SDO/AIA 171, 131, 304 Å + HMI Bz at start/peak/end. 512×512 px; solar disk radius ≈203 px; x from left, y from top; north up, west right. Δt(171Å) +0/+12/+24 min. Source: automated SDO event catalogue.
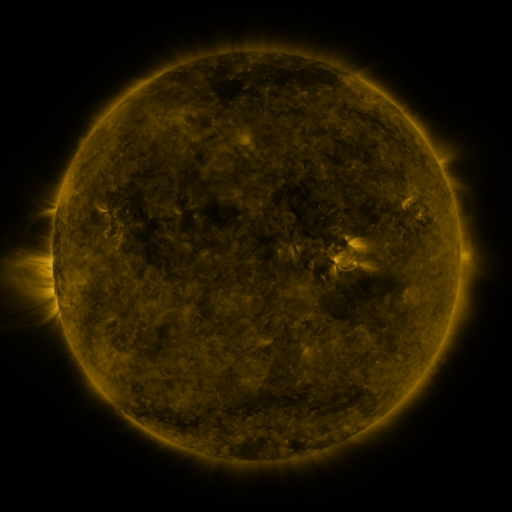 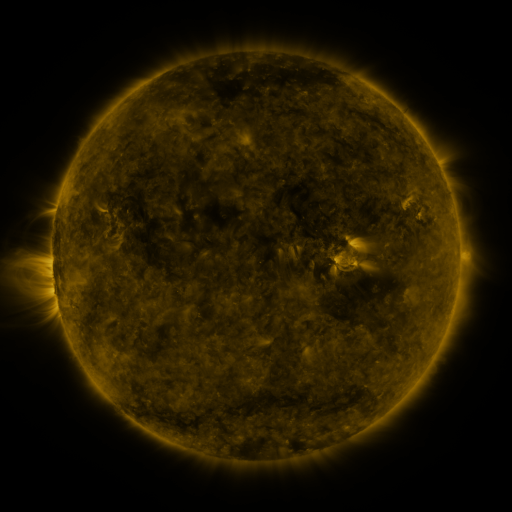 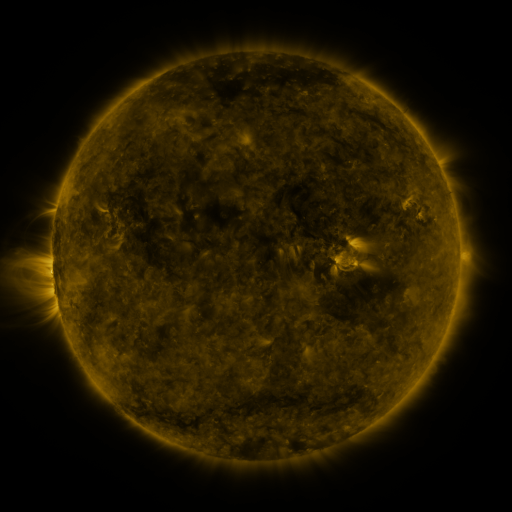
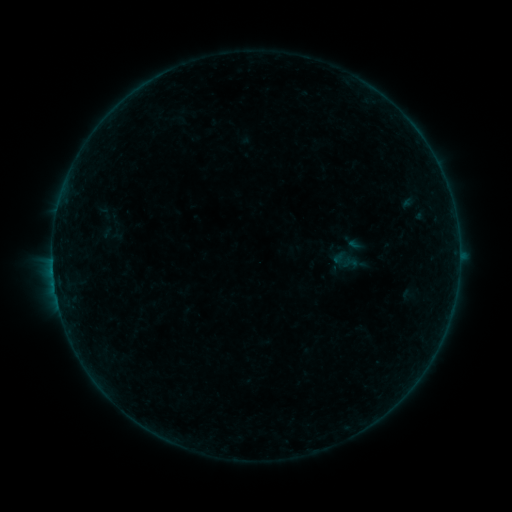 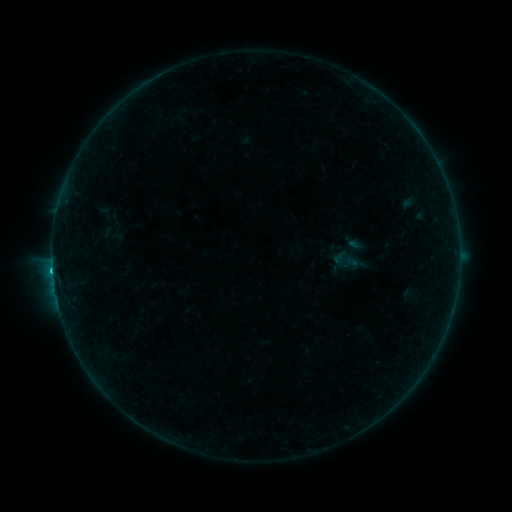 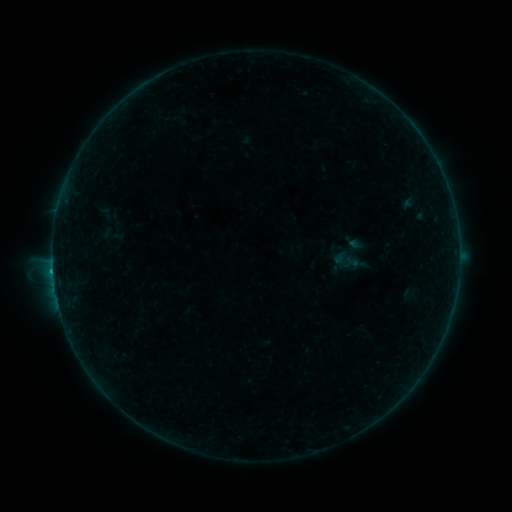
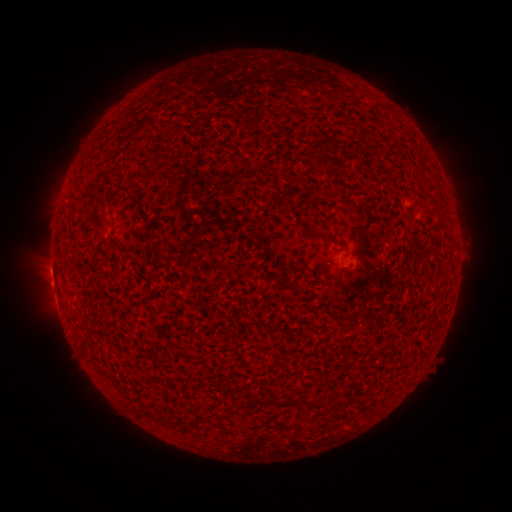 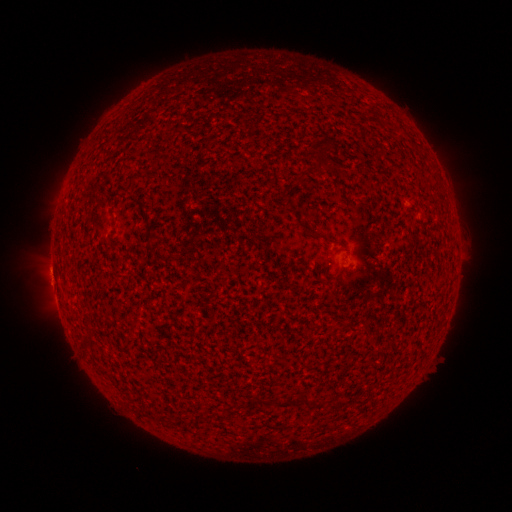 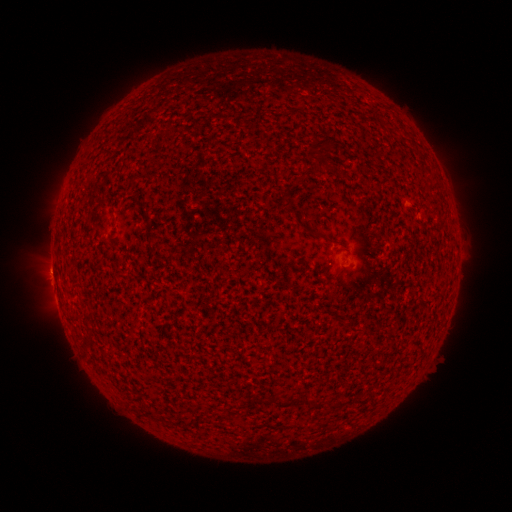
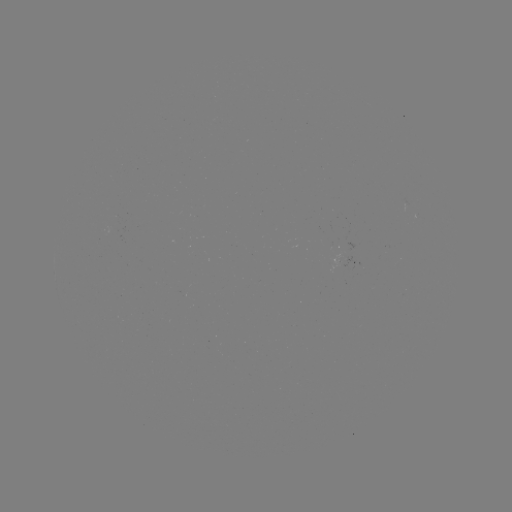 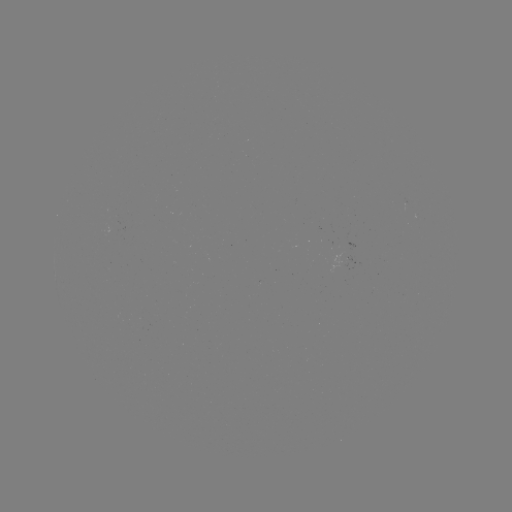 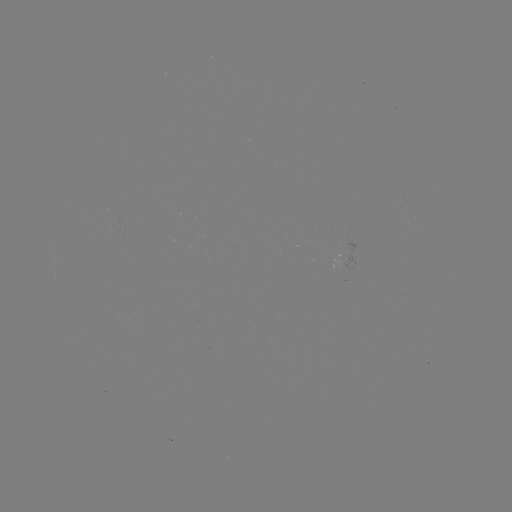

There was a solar flare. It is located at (53, 270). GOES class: B5.6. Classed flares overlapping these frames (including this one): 1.